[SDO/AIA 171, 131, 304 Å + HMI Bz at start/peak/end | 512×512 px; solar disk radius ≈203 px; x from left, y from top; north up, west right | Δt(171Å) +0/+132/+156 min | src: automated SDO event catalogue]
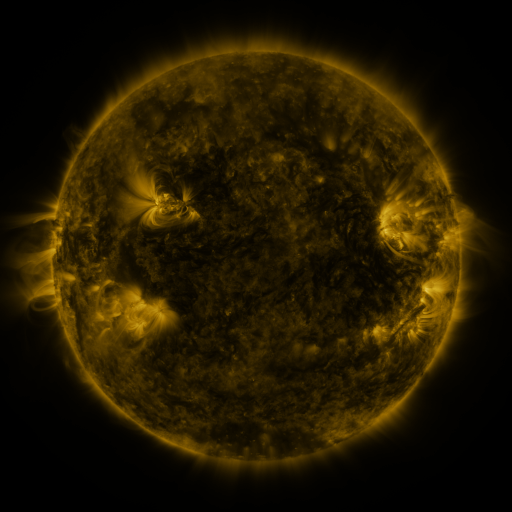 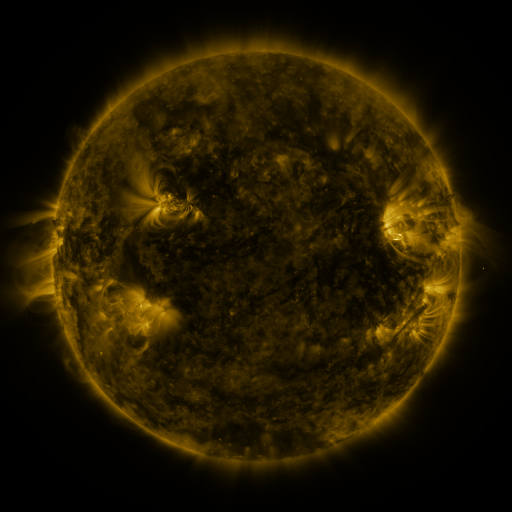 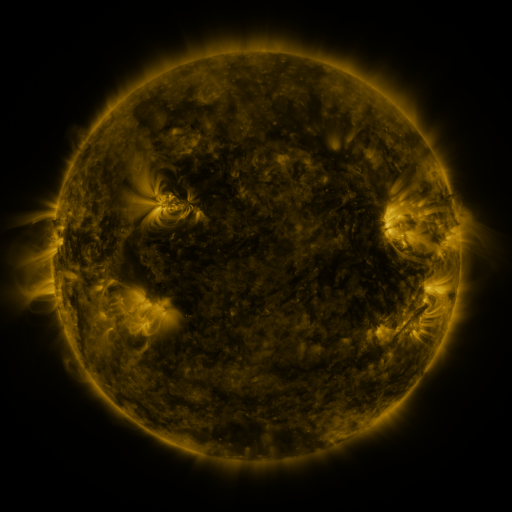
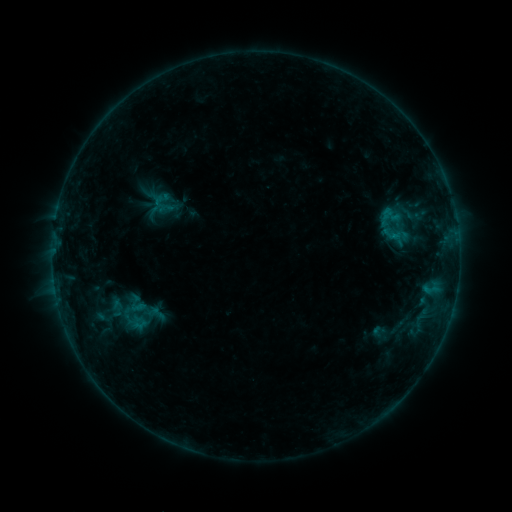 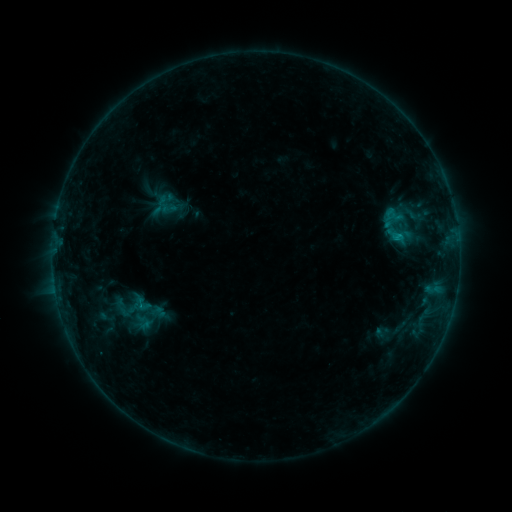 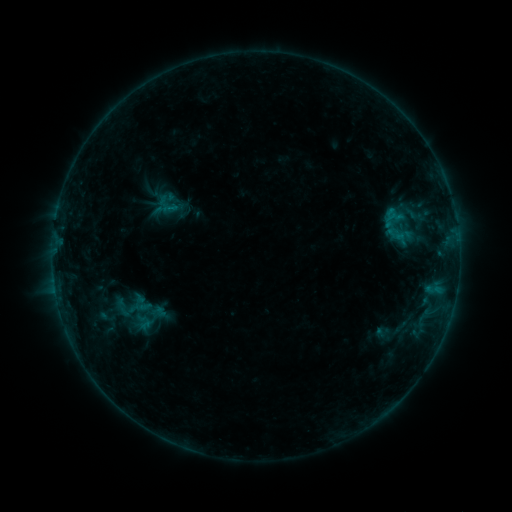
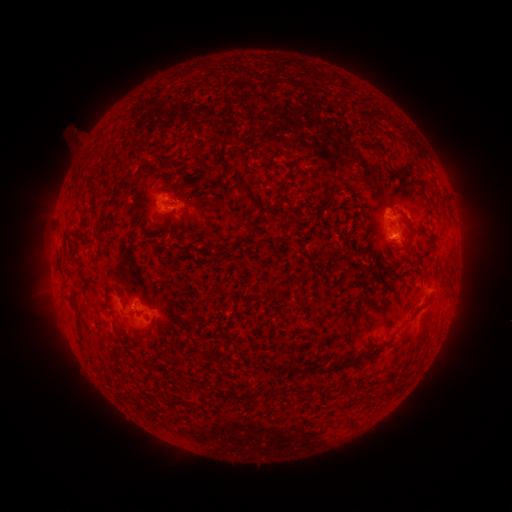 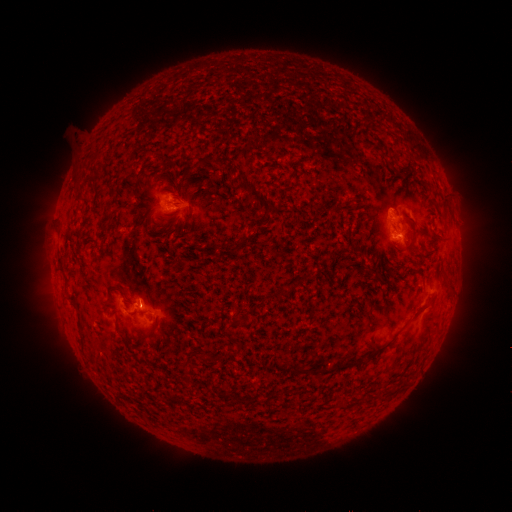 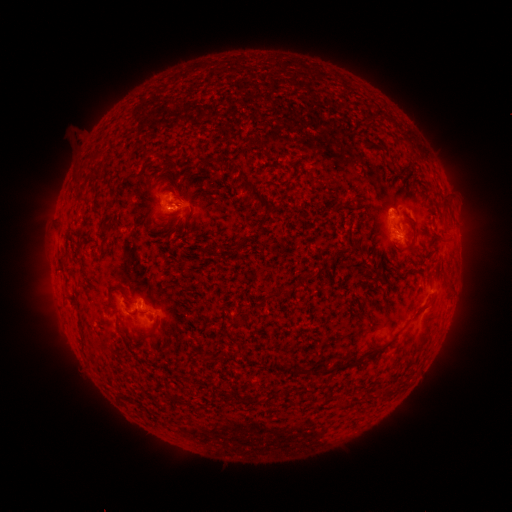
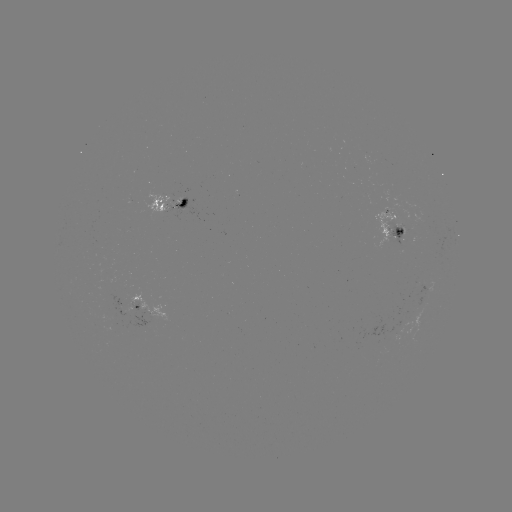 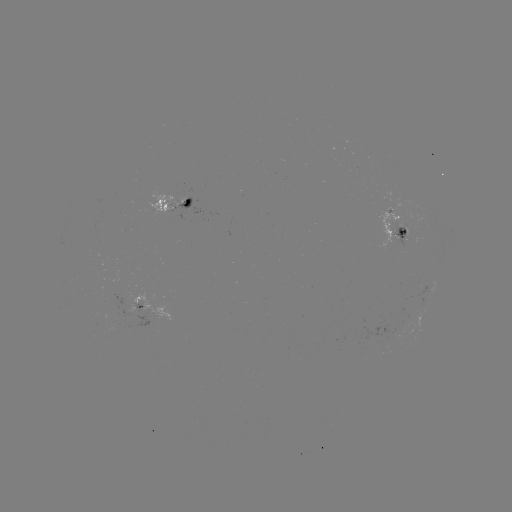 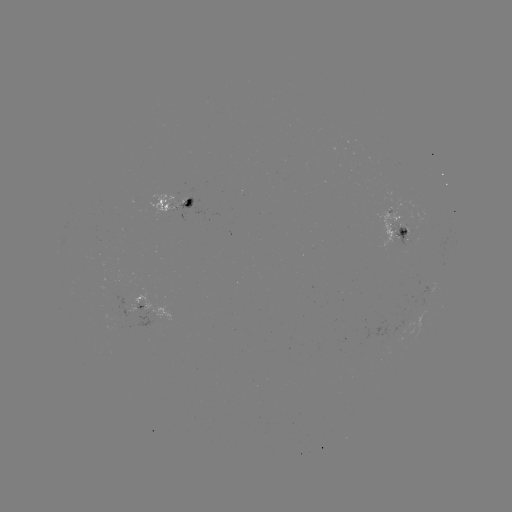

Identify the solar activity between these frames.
emerging-flux region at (401, 229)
